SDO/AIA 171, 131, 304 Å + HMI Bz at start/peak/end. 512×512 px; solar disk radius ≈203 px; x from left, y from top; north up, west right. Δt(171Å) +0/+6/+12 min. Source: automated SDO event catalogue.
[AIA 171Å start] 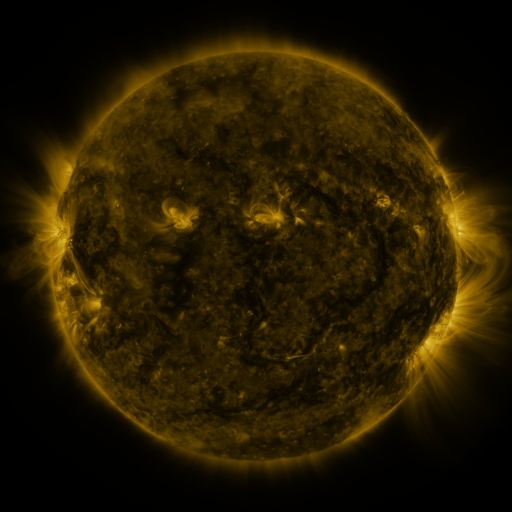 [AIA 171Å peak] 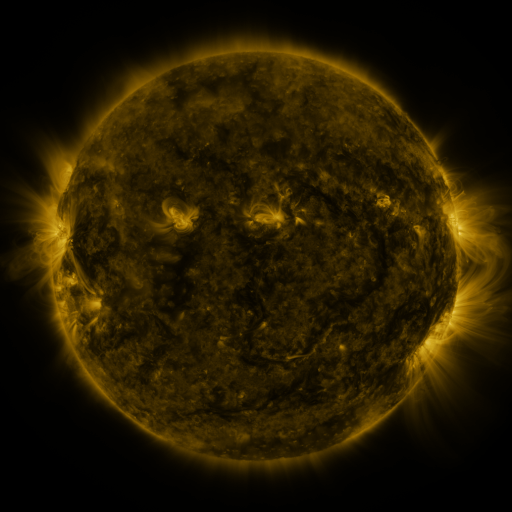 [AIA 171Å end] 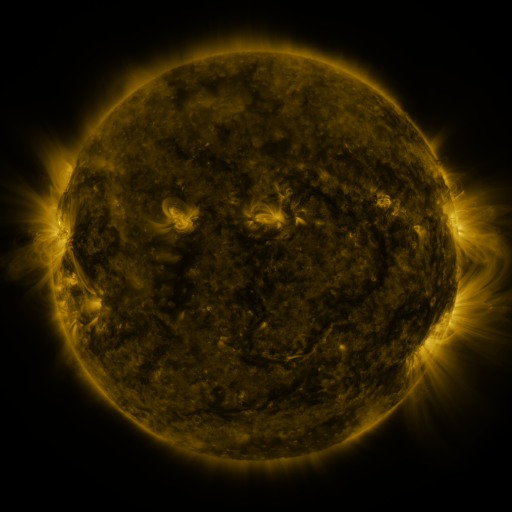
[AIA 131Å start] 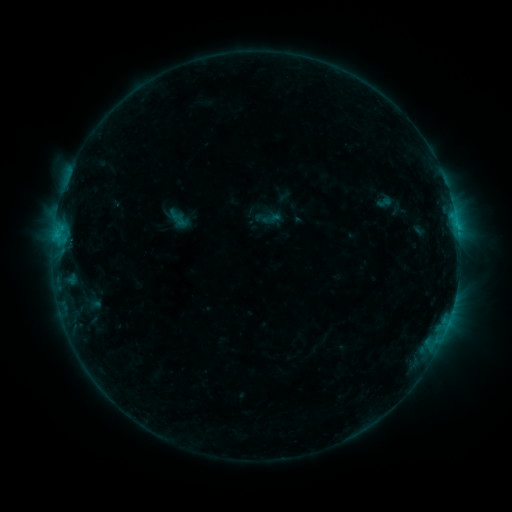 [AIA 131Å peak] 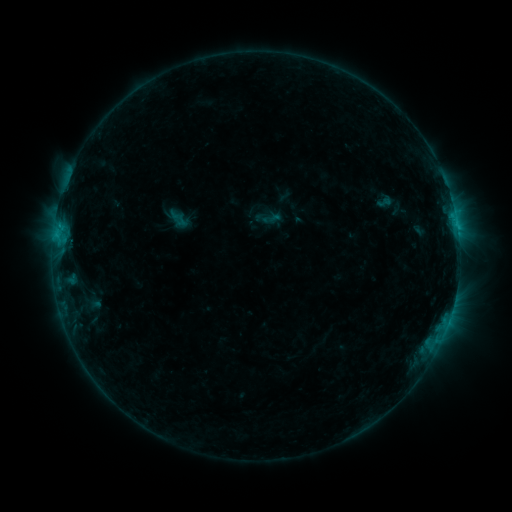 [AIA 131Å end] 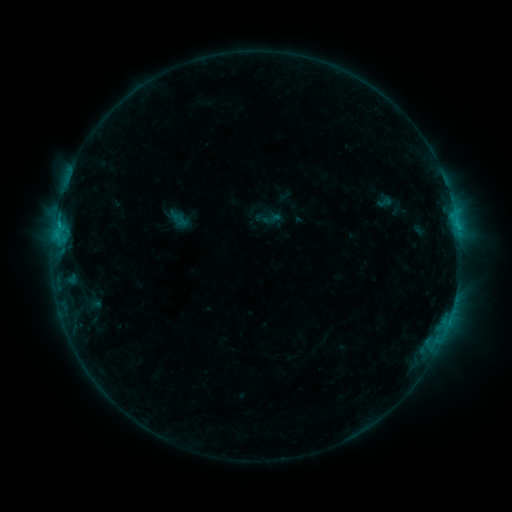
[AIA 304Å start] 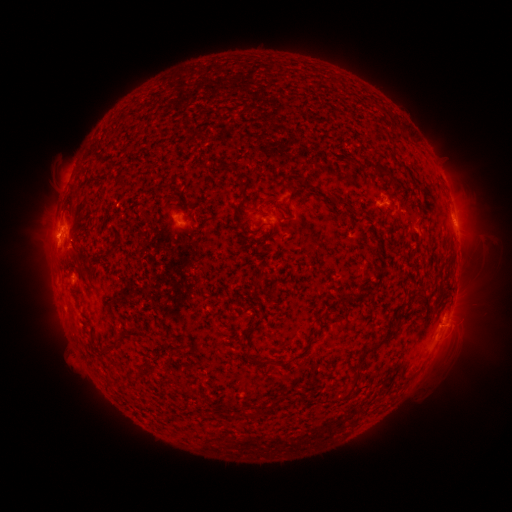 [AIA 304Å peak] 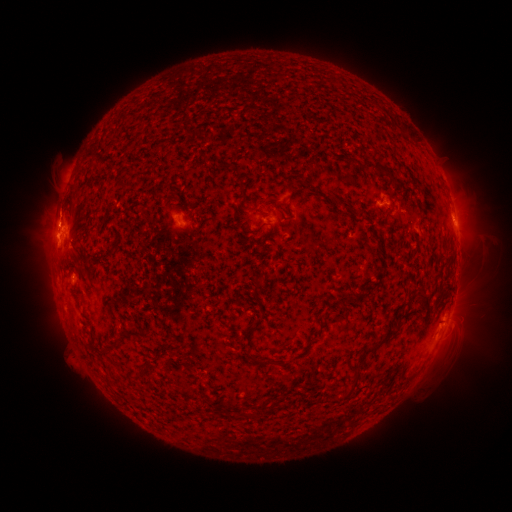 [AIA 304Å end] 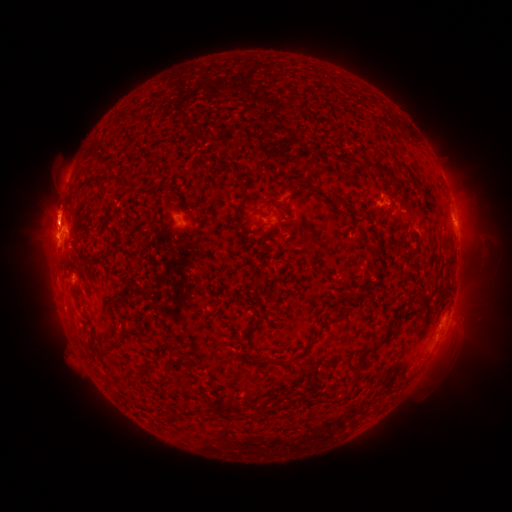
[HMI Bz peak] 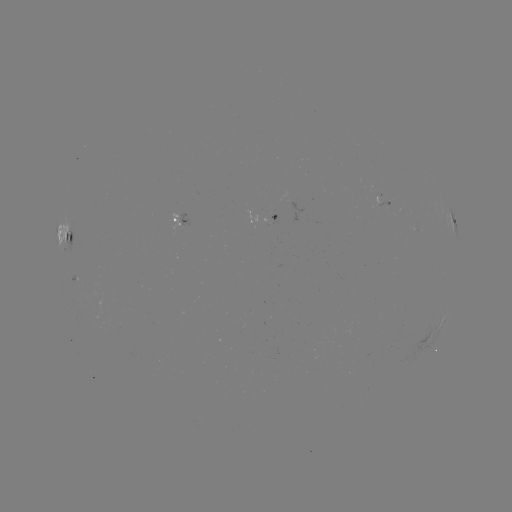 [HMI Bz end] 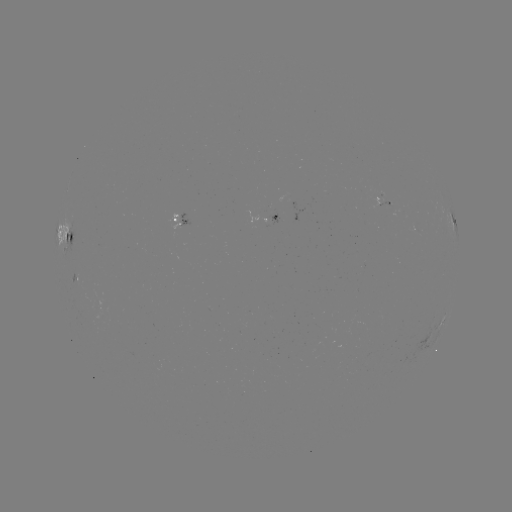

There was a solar eruption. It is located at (57, 216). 